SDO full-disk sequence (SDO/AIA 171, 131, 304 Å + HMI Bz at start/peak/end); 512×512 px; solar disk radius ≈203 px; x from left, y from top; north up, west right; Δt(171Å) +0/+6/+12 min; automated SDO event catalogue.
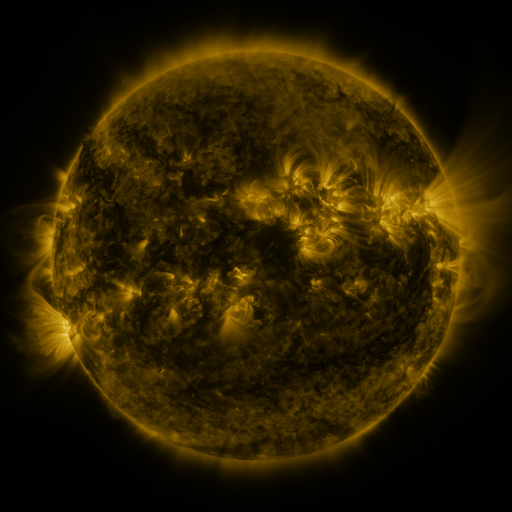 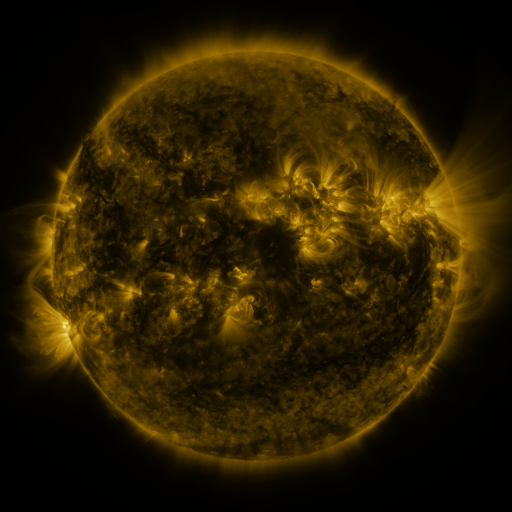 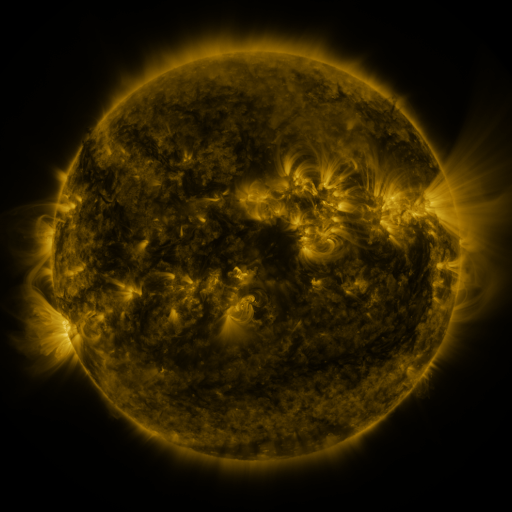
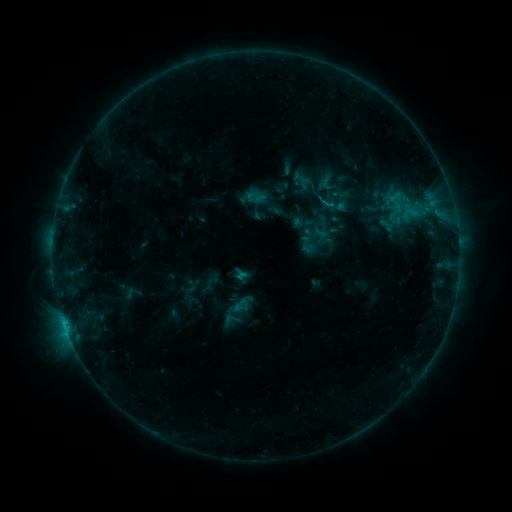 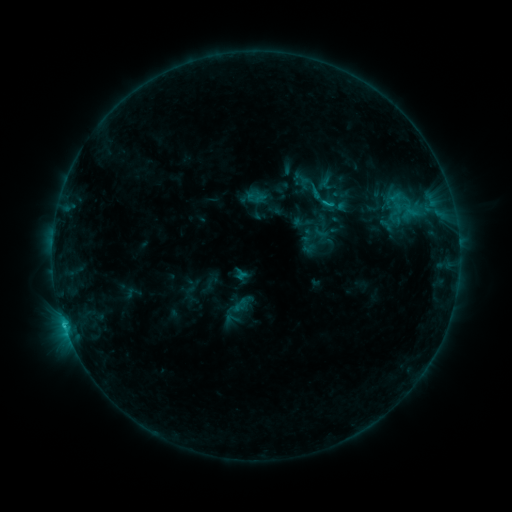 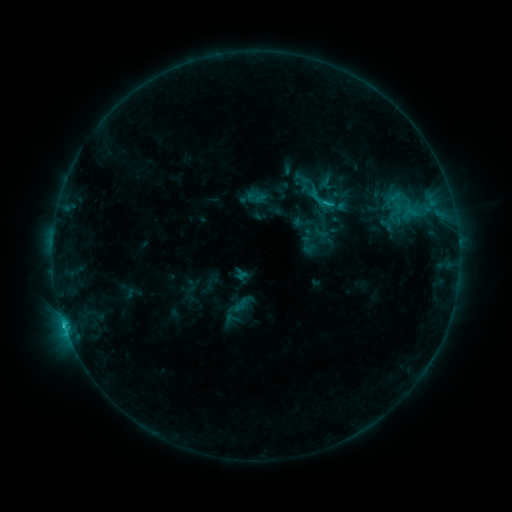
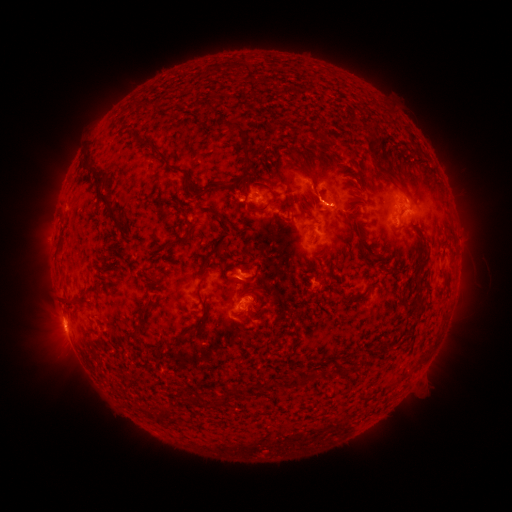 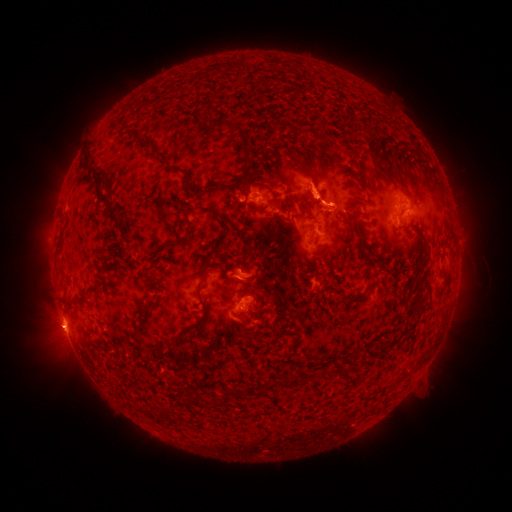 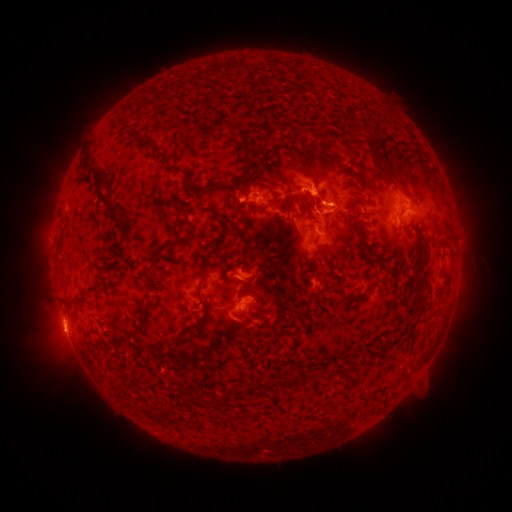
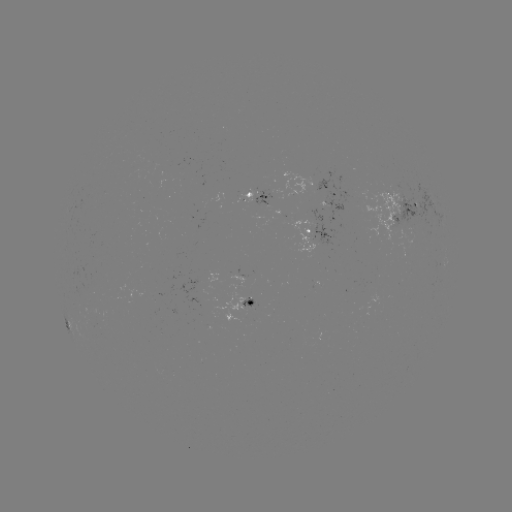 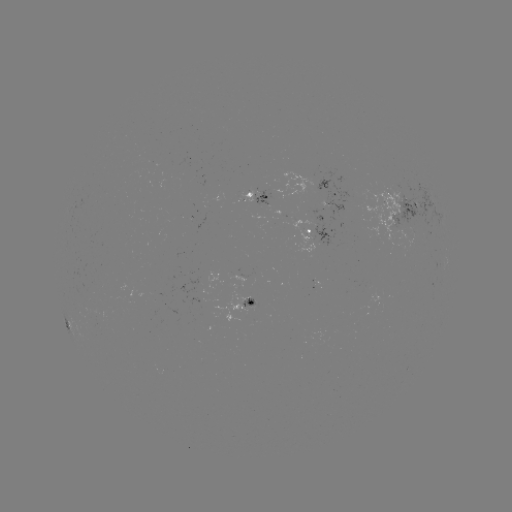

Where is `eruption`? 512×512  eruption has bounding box [291, 167, 342, 218].